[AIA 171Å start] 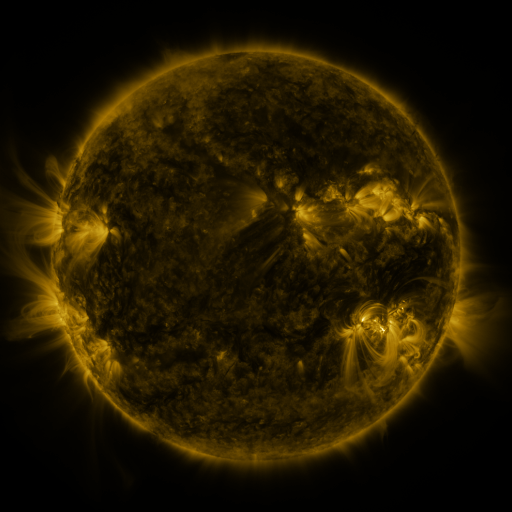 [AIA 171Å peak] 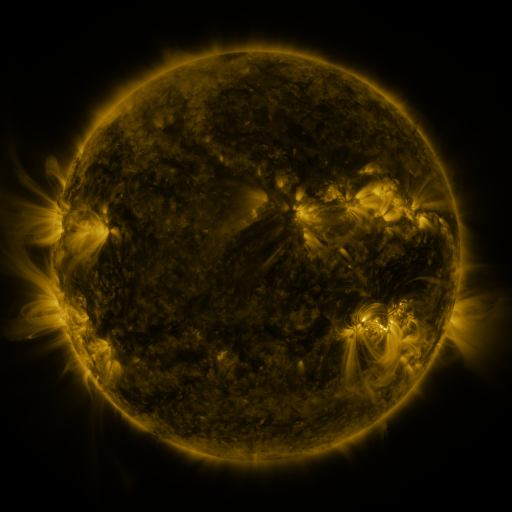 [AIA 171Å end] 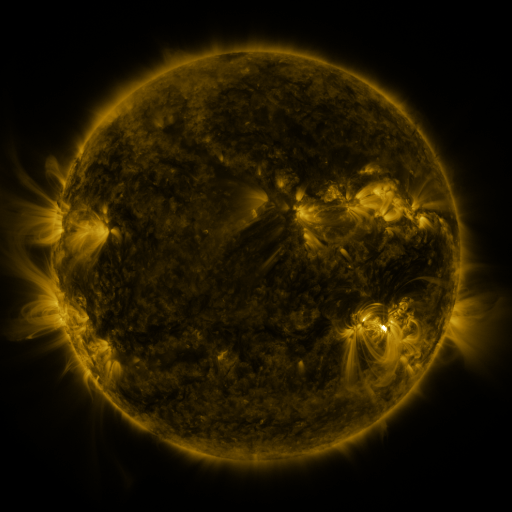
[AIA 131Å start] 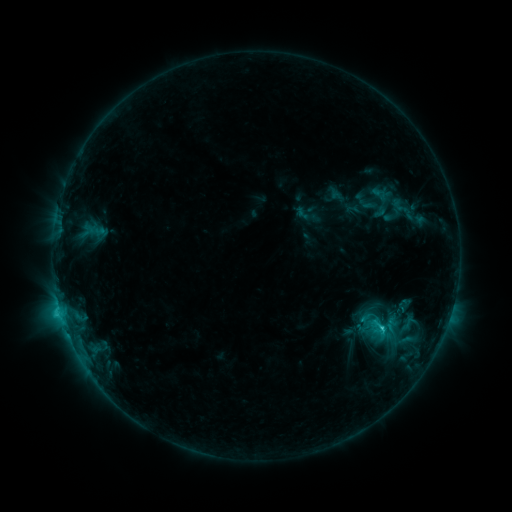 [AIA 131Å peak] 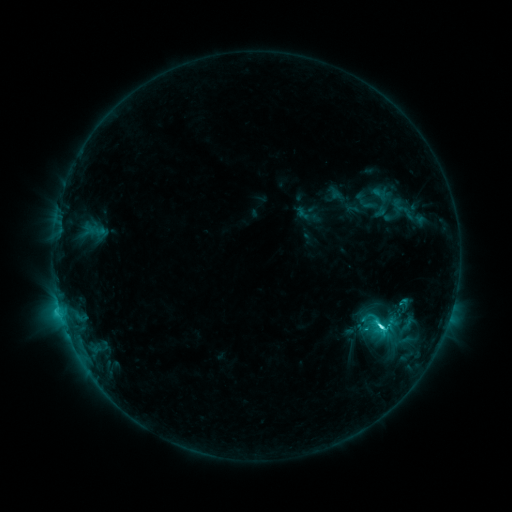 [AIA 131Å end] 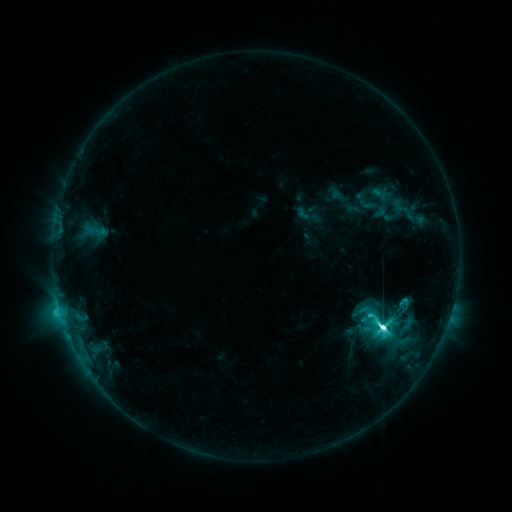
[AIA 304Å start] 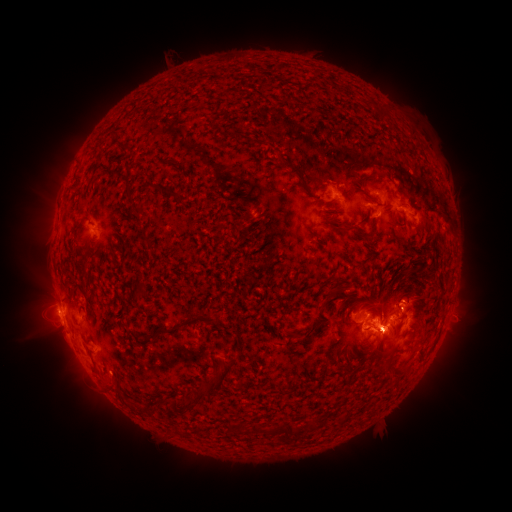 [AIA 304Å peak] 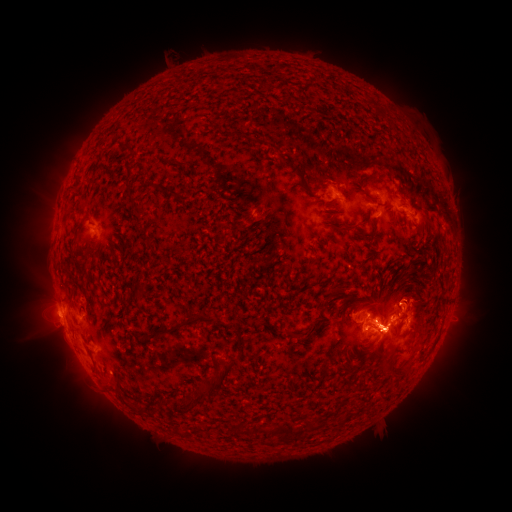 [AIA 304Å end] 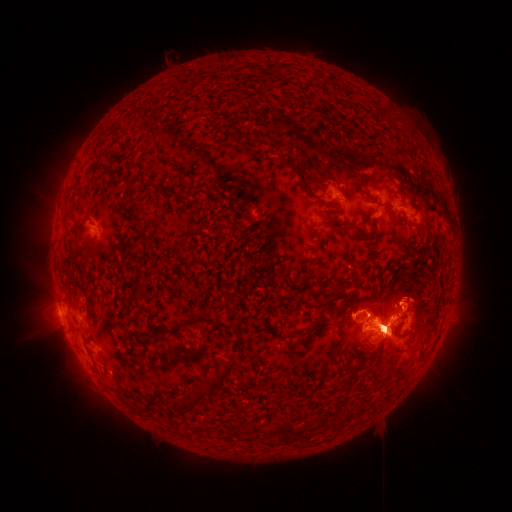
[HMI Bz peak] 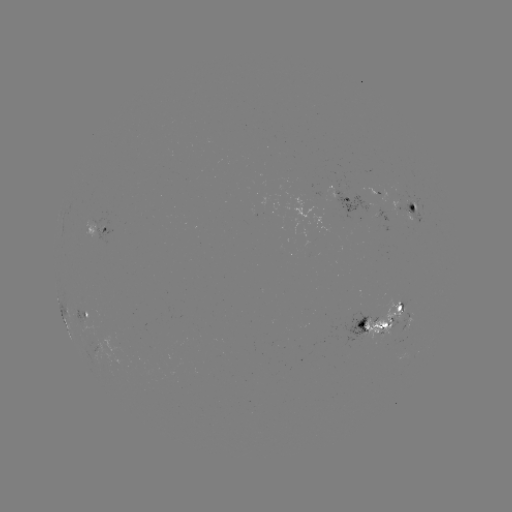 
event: eruption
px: (398, 186)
